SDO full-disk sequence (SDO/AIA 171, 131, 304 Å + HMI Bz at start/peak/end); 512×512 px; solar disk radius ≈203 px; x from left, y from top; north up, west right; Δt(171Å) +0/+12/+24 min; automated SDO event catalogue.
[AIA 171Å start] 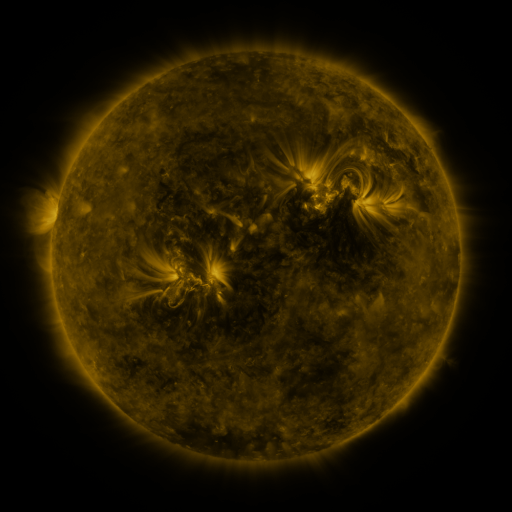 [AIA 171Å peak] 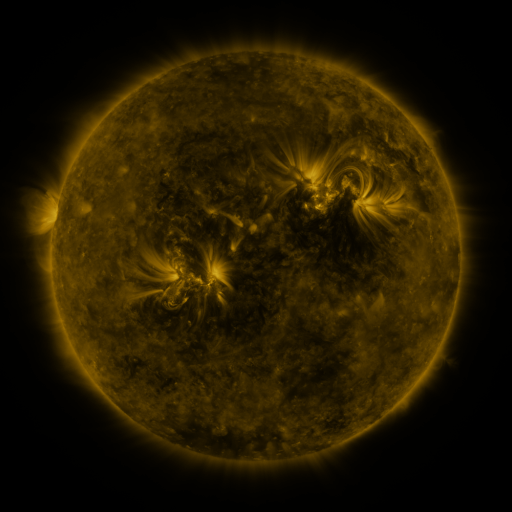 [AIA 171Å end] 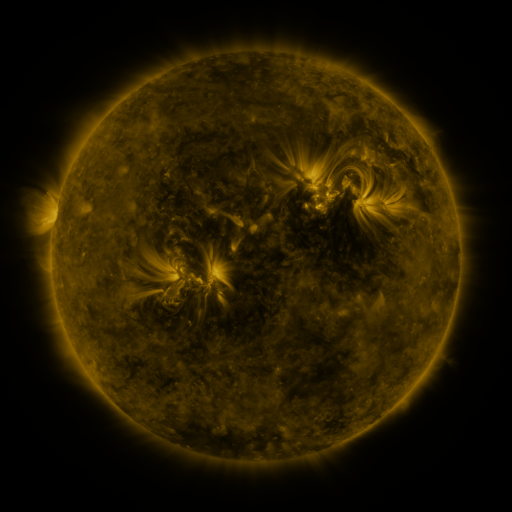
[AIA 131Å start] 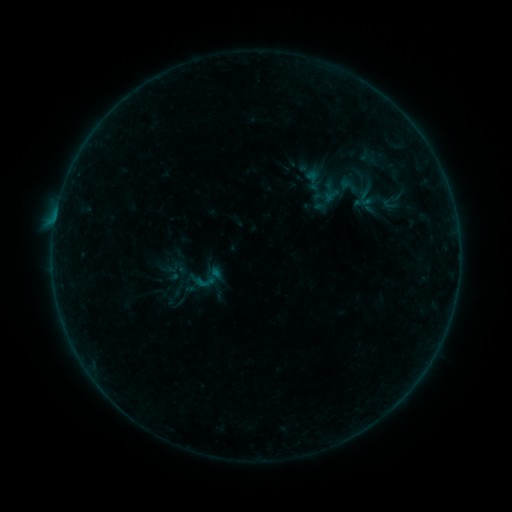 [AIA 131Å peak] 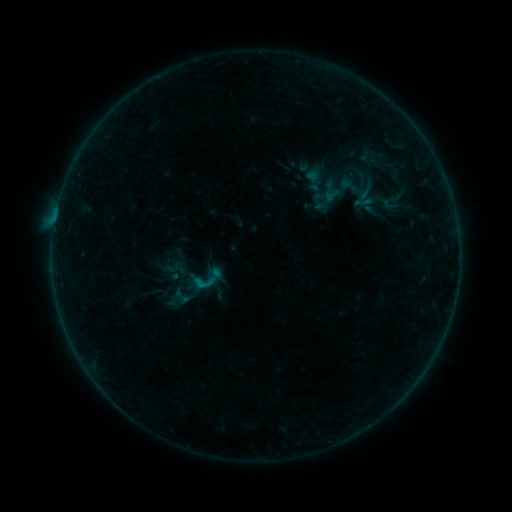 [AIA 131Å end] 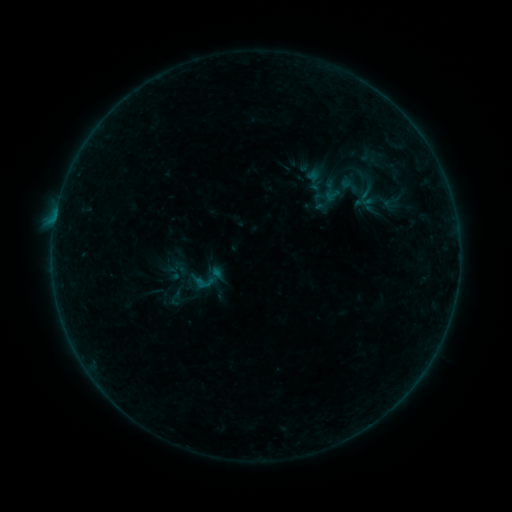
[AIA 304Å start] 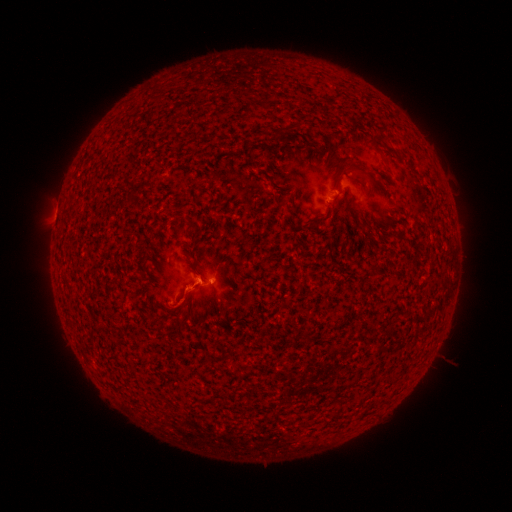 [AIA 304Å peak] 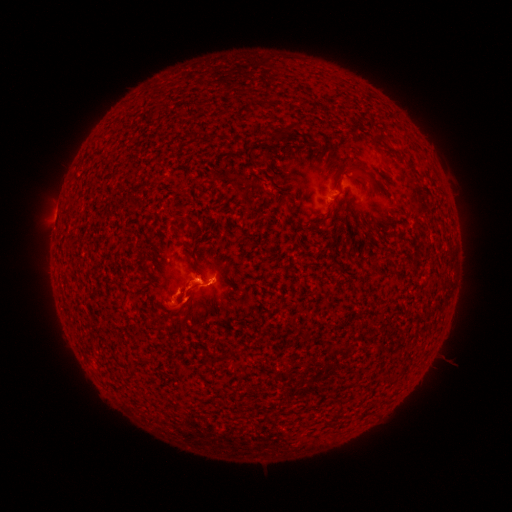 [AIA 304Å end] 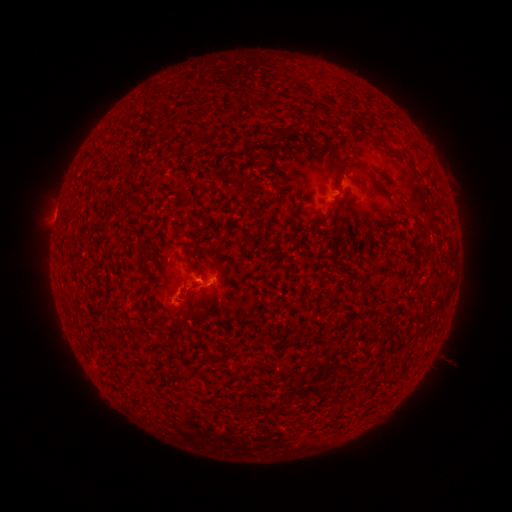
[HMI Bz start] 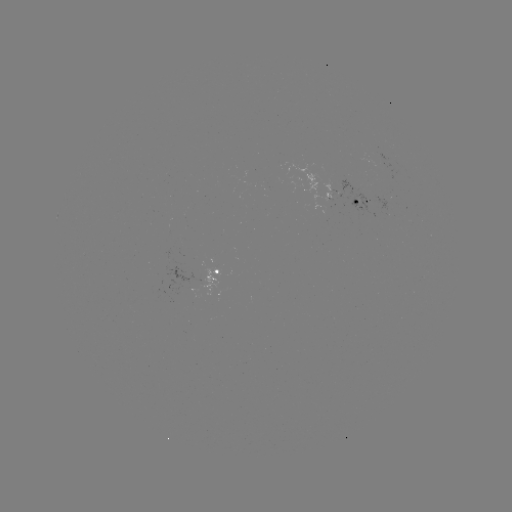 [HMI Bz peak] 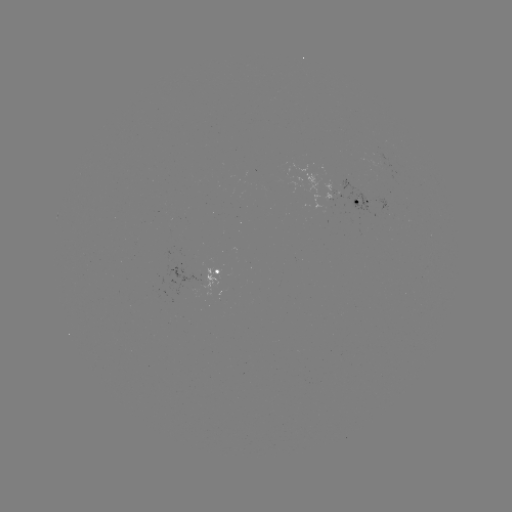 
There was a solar flare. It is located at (204, 282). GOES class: B4.5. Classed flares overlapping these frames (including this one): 2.